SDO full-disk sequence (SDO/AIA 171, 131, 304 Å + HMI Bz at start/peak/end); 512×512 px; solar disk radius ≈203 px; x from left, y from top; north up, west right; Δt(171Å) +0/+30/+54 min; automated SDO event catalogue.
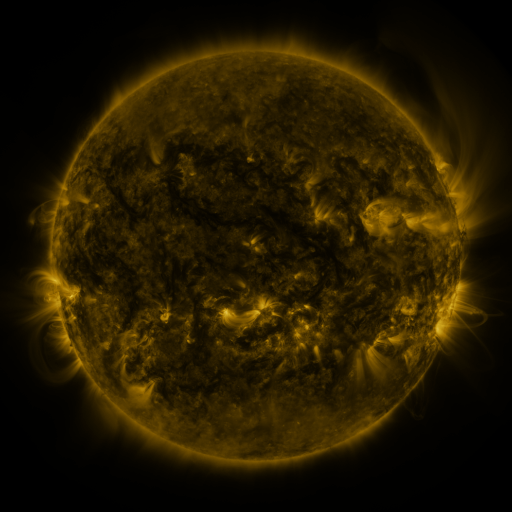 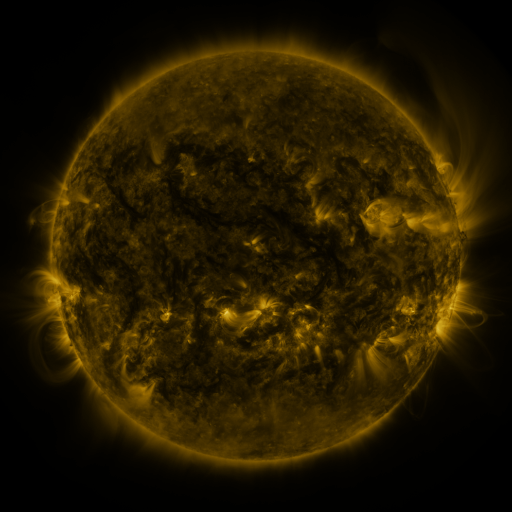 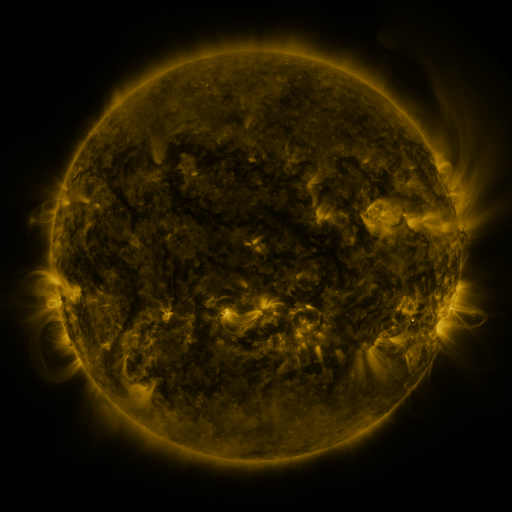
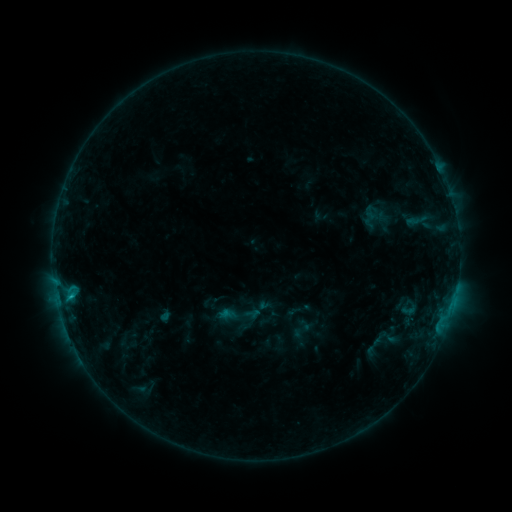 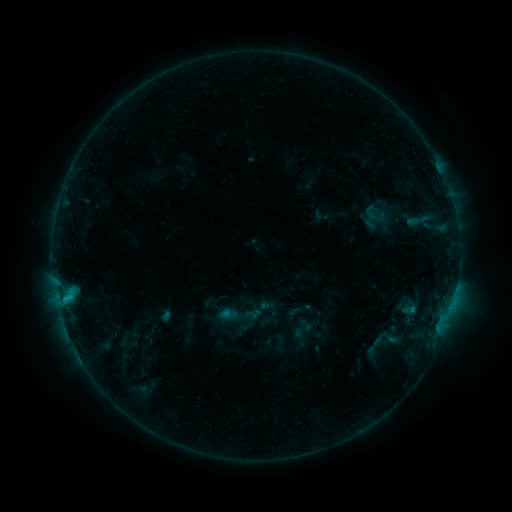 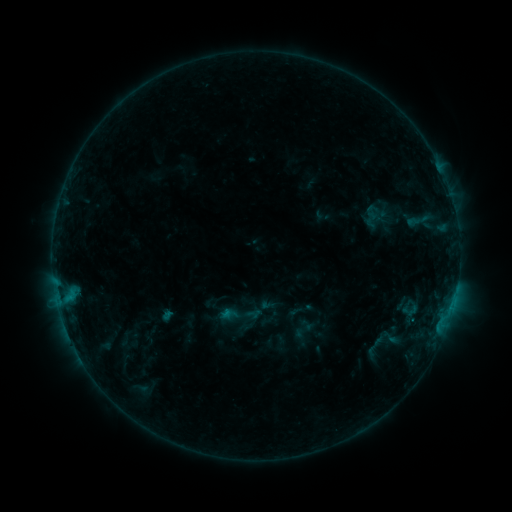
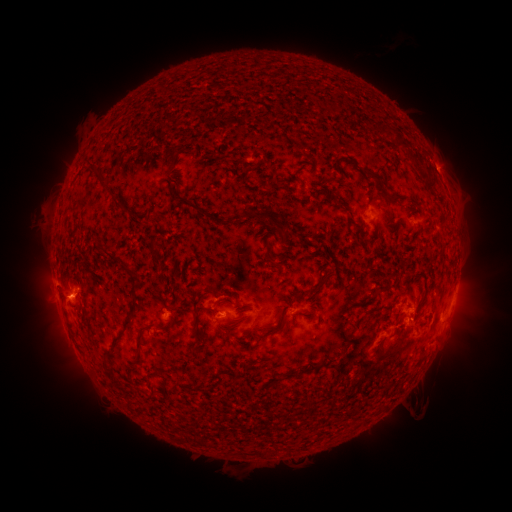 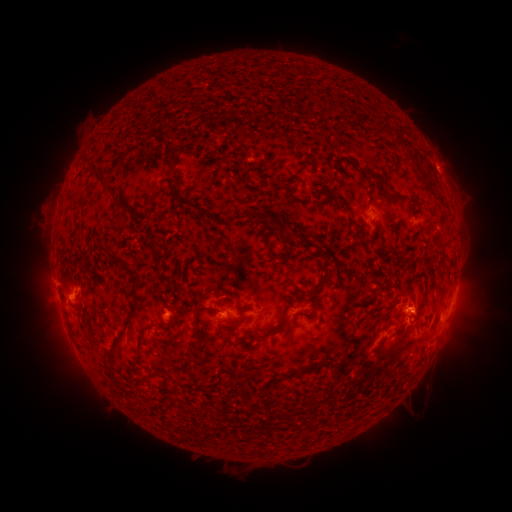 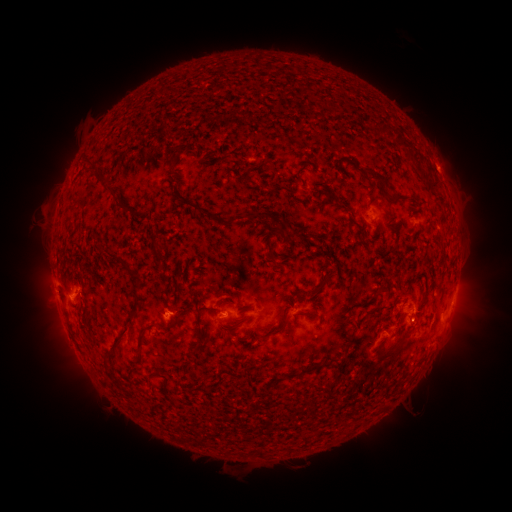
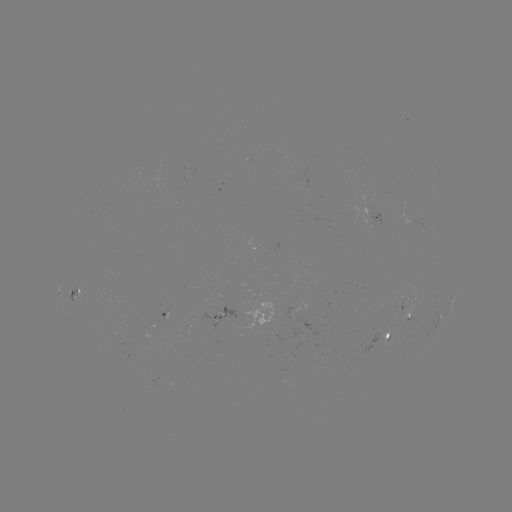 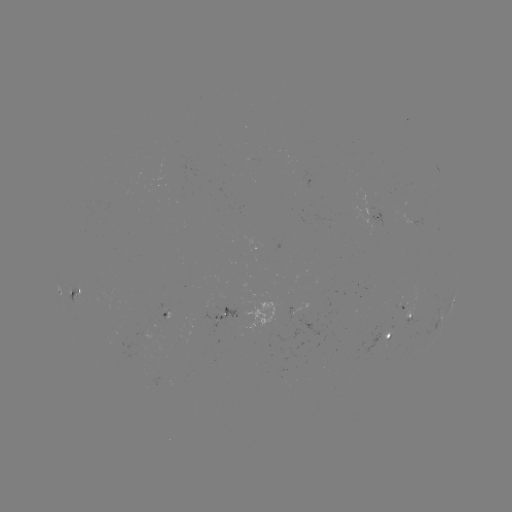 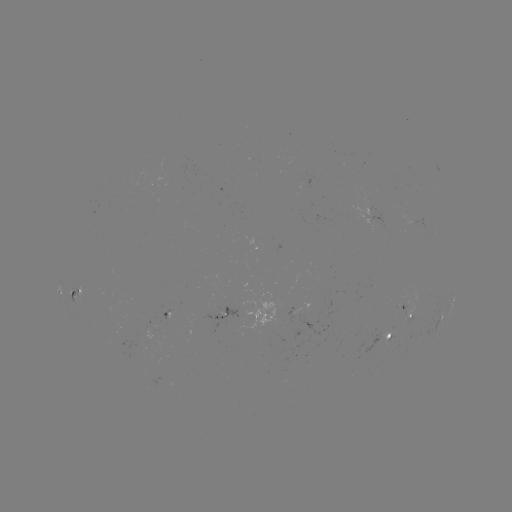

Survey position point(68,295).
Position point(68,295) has C1.0 flare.